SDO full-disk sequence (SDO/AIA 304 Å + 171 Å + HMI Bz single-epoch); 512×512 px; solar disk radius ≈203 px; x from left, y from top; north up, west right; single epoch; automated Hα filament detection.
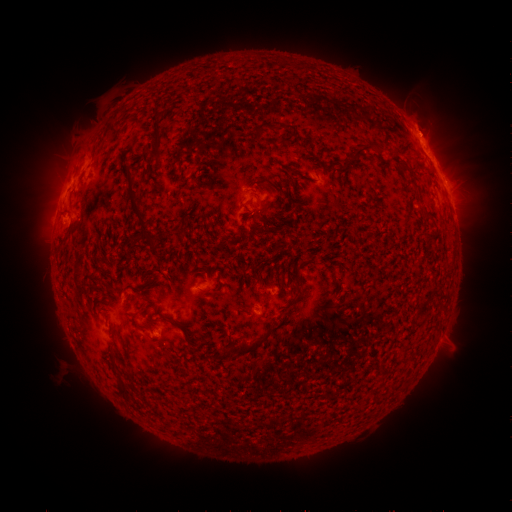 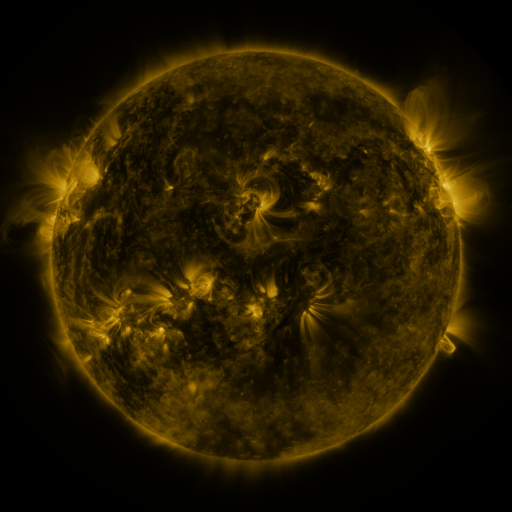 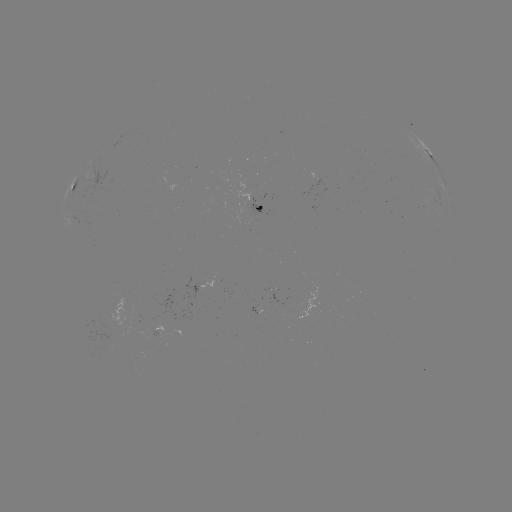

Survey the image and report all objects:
filament: (158, 125)
filament: (157, 150)
filament: (362, 152)
filament: (415, 169)
filament: (413, 183)
filament: (132, 197)
filament: (259, 208)
filament: (147, 237)
filament: (297, 278)
filament: (256, 344)
filament: (228, 351)
filament: (112, 362)
filament: (121, 384)
